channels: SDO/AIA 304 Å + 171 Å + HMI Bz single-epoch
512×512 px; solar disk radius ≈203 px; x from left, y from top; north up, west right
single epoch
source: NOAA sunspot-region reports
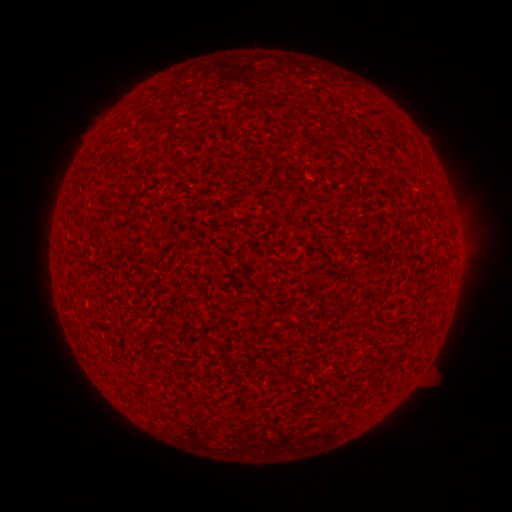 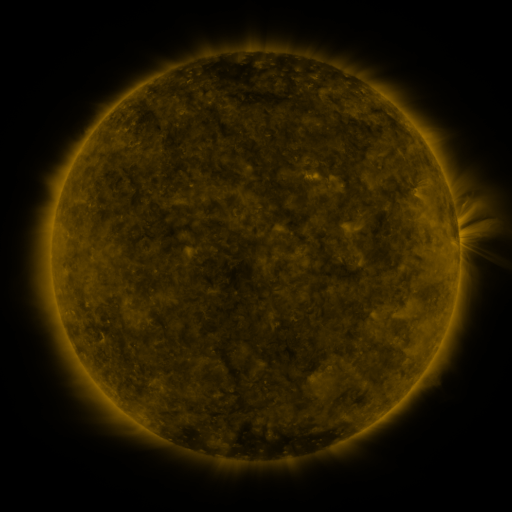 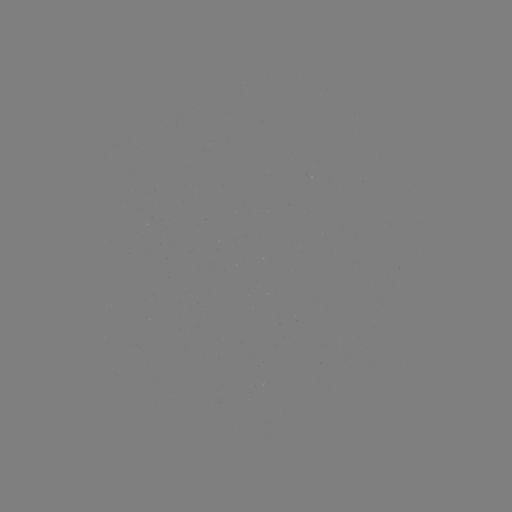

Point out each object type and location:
(none)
